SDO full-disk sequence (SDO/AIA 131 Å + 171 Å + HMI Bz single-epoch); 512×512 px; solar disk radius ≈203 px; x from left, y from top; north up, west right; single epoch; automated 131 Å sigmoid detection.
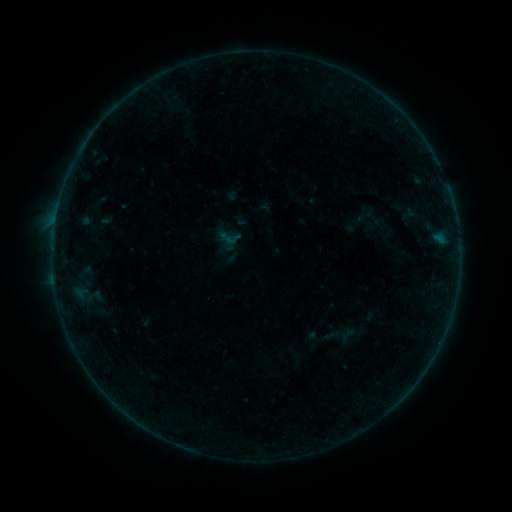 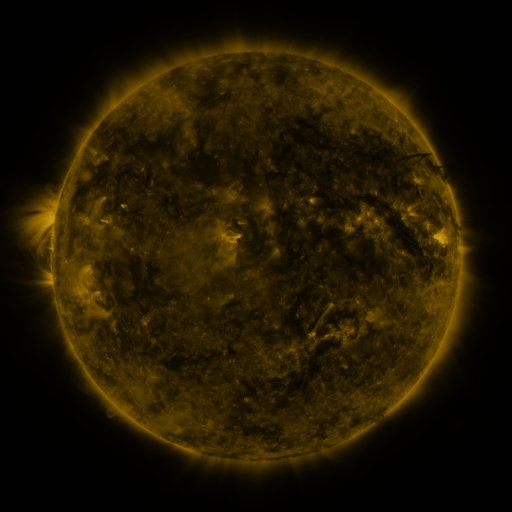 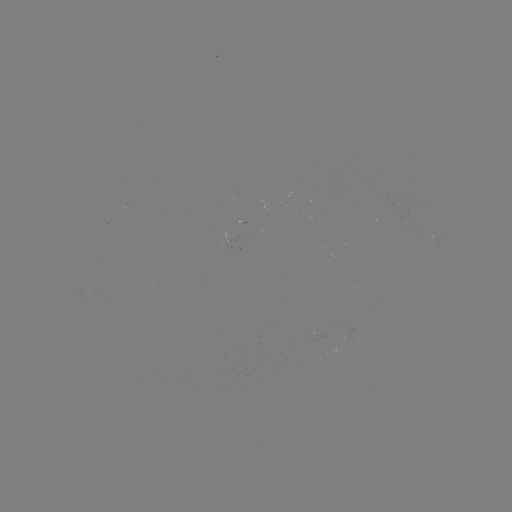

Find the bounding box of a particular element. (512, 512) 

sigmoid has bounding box [224, 230, 241, 247].